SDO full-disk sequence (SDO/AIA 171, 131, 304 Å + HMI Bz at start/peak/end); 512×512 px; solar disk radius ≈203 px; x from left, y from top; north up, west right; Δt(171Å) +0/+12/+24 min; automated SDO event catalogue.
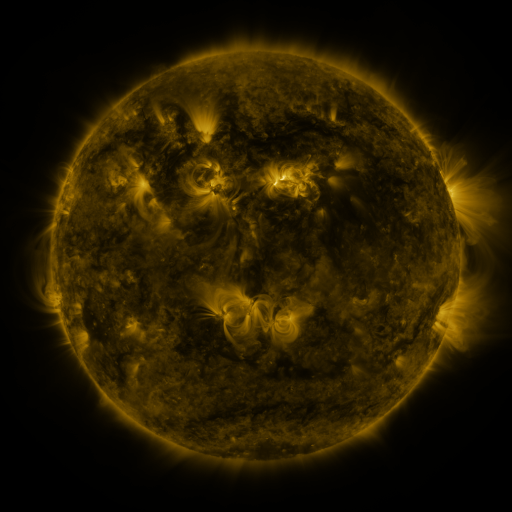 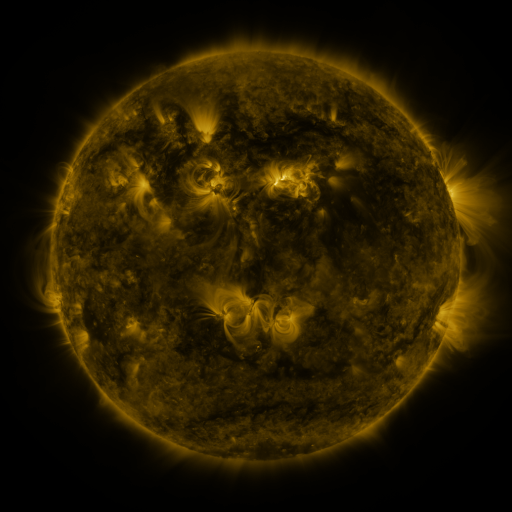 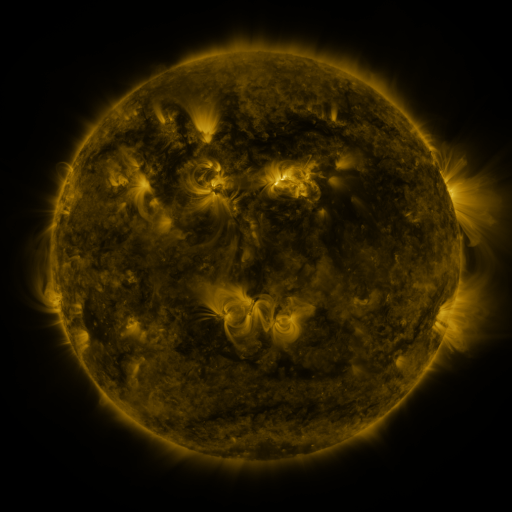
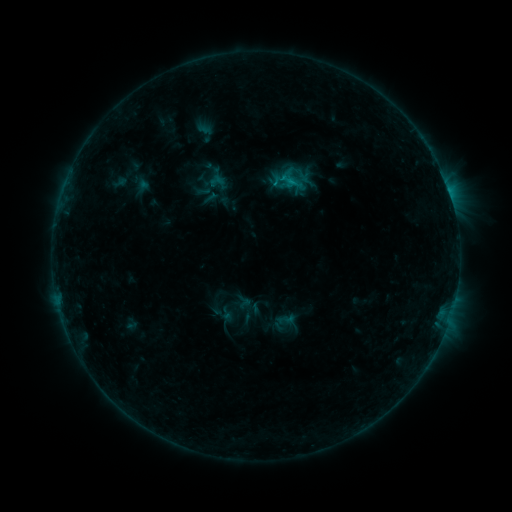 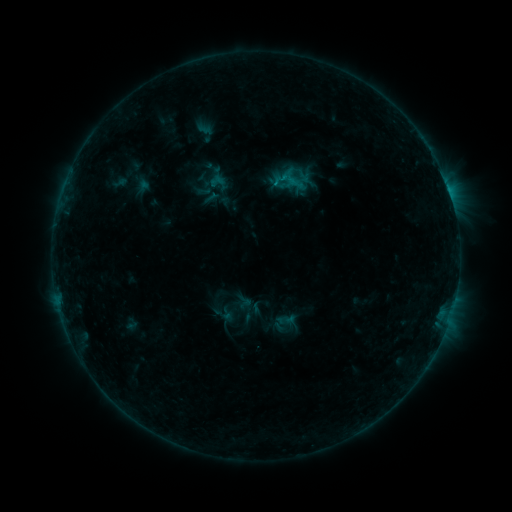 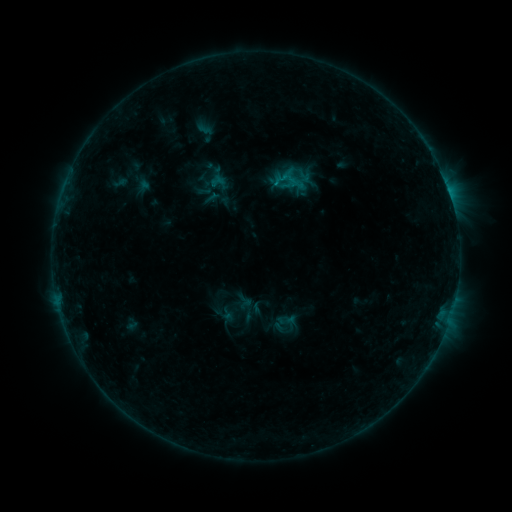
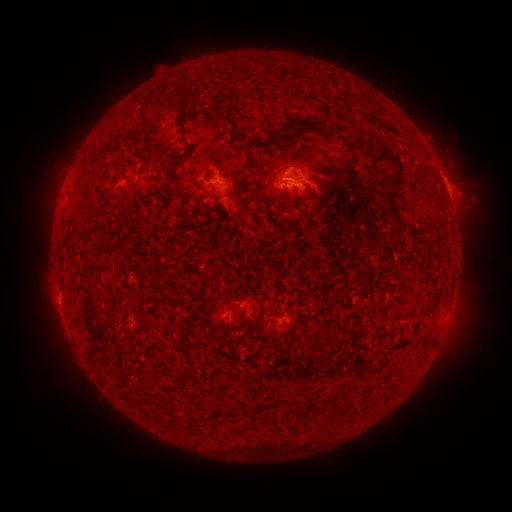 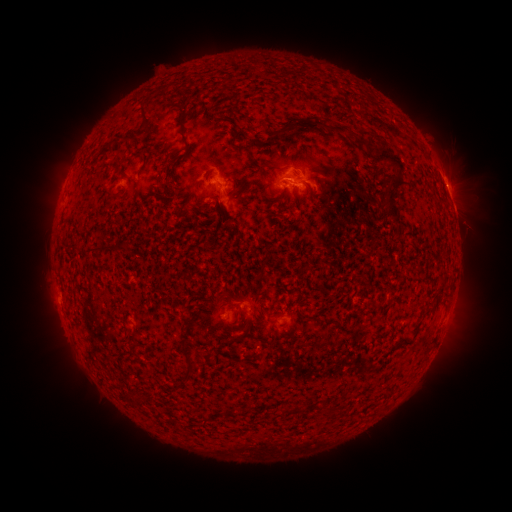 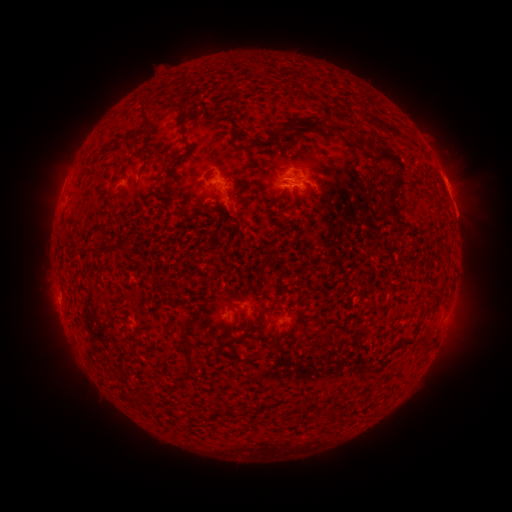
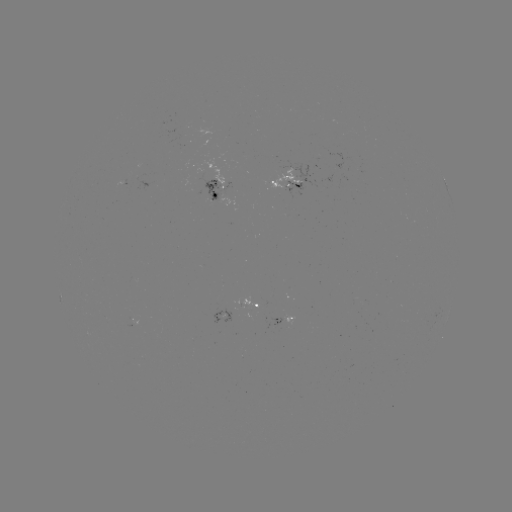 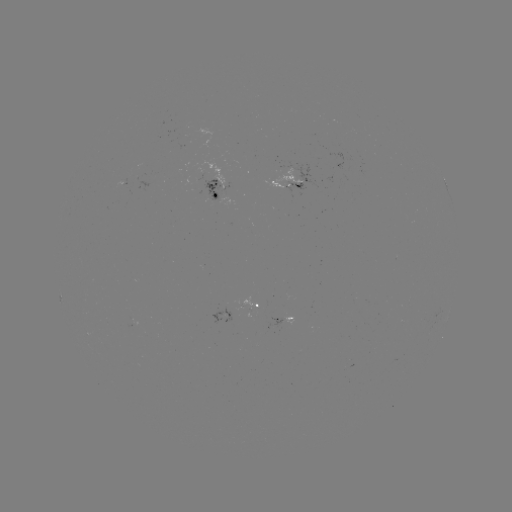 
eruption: <bbox>432, 168, 486, 243</bbox>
